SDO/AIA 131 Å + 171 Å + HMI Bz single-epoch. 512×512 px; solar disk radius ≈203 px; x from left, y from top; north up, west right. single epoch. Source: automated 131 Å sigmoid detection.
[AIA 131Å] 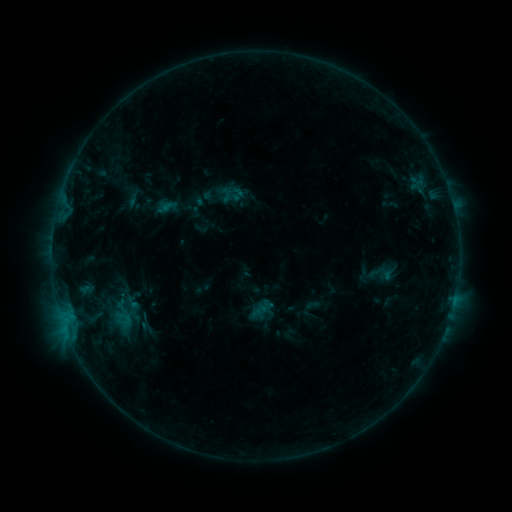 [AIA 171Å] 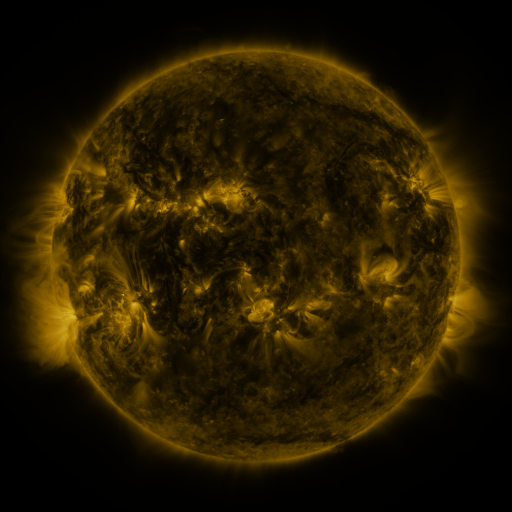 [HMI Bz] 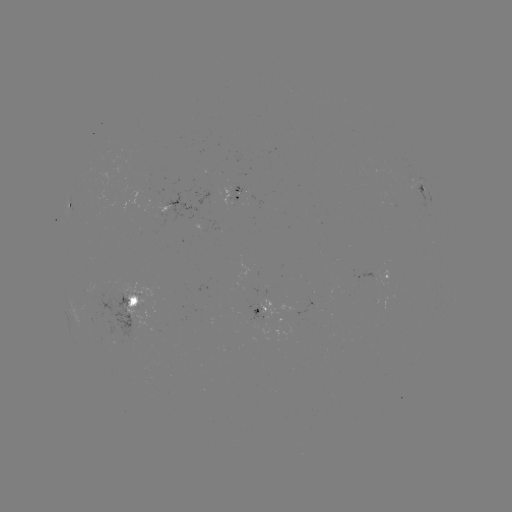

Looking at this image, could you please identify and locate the sigmoid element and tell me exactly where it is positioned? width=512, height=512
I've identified sigmoid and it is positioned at [227, 194].